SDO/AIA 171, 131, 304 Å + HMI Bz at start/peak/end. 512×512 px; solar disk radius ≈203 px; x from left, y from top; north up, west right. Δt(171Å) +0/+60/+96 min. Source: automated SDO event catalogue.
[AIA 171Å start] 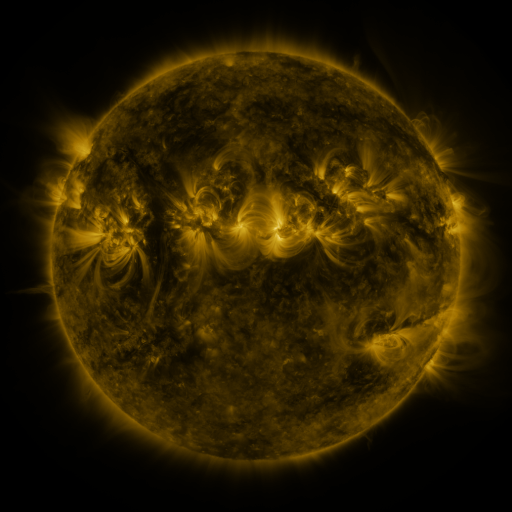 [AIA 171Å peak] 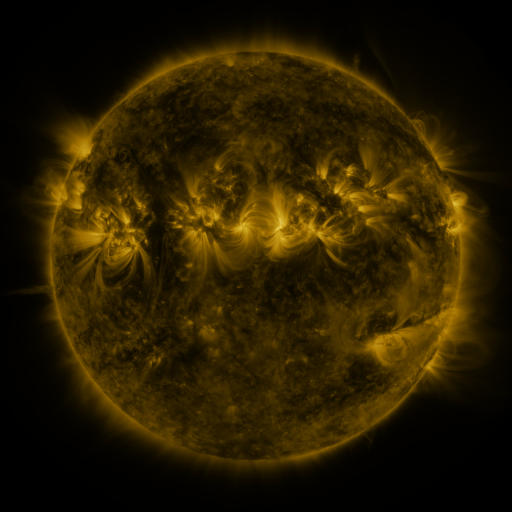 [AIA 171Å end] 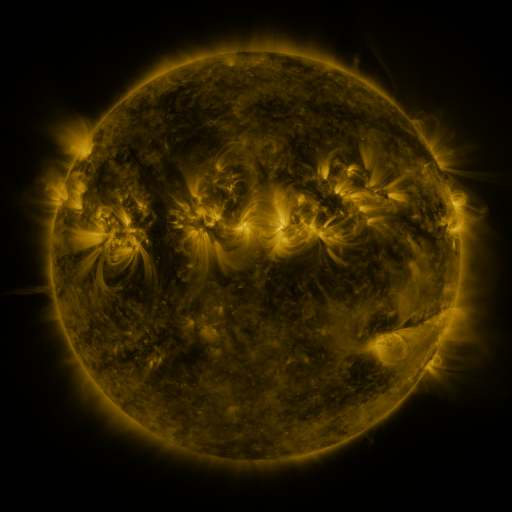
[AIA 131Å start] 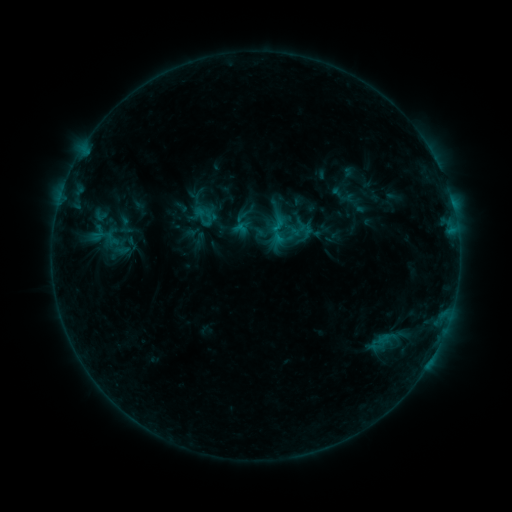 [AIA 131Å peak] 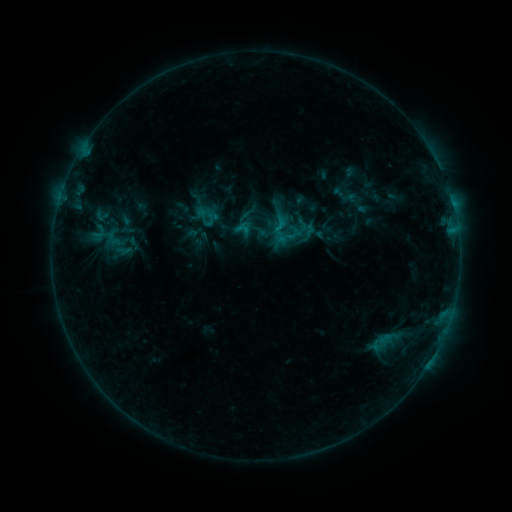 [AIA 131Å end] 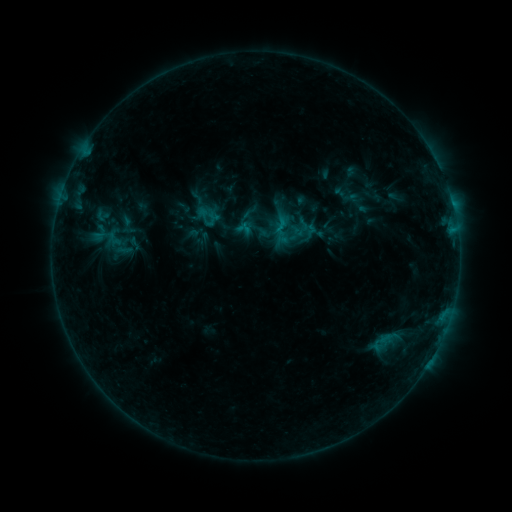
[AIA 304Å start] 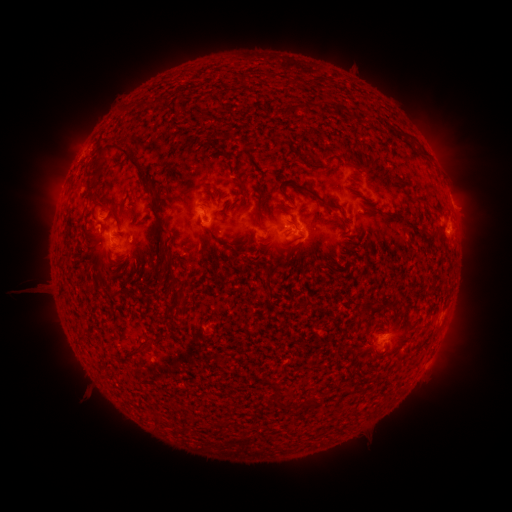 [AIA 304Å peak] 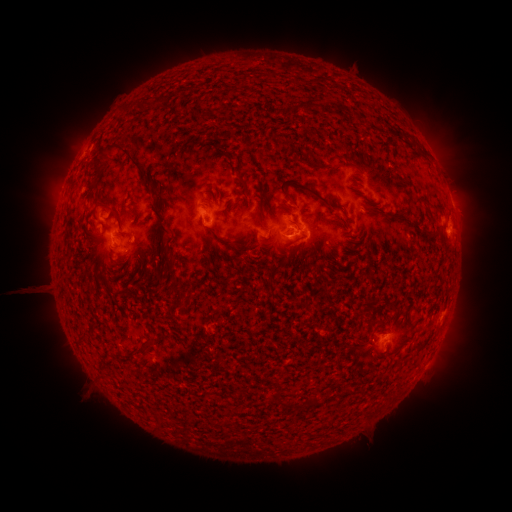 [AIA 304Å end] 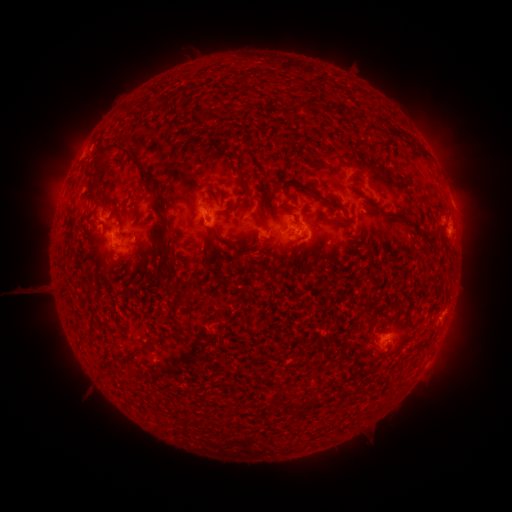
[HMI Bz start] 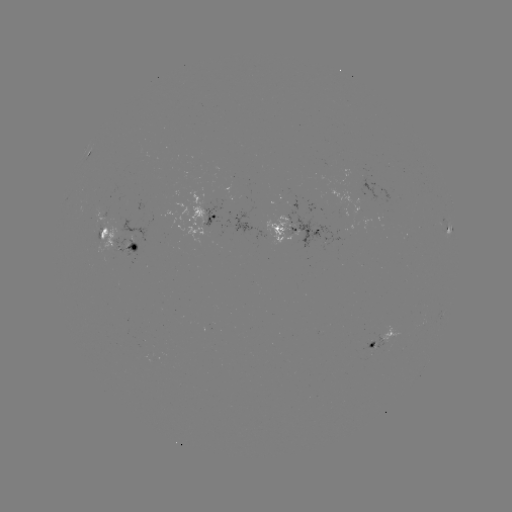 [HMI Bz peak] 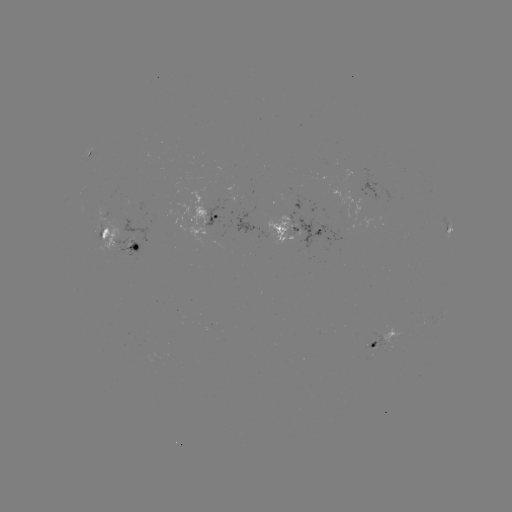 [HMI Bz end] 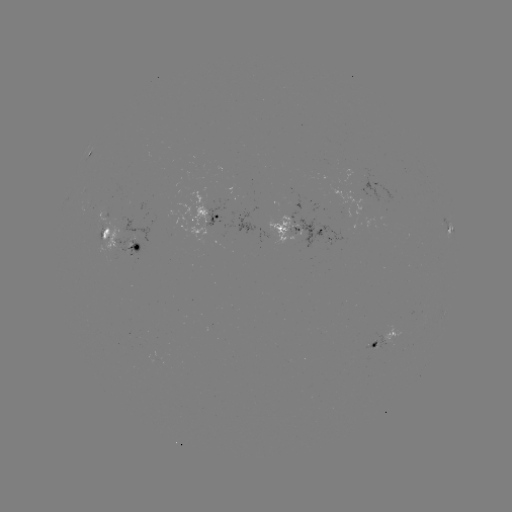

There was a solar emerging-flux region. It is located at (224, 206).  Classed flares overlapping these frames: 1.